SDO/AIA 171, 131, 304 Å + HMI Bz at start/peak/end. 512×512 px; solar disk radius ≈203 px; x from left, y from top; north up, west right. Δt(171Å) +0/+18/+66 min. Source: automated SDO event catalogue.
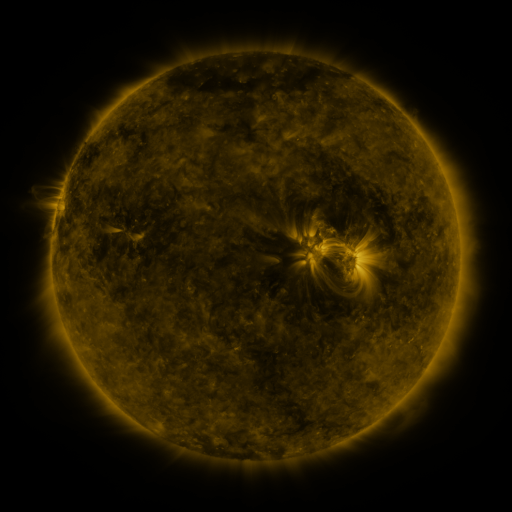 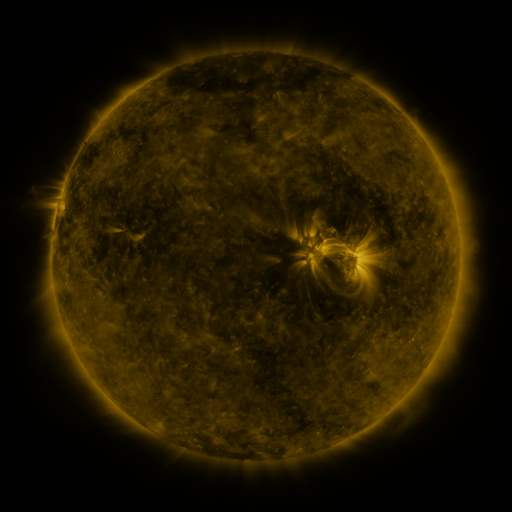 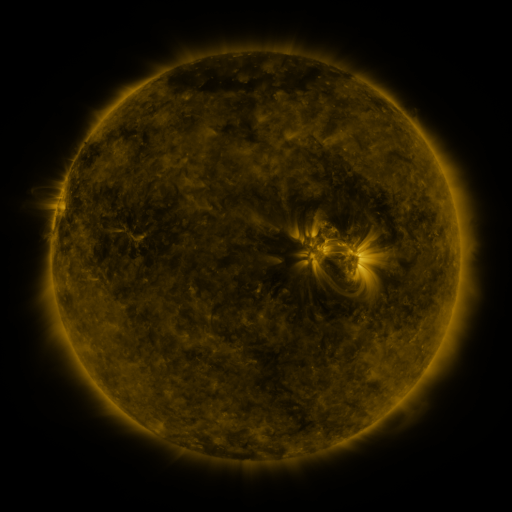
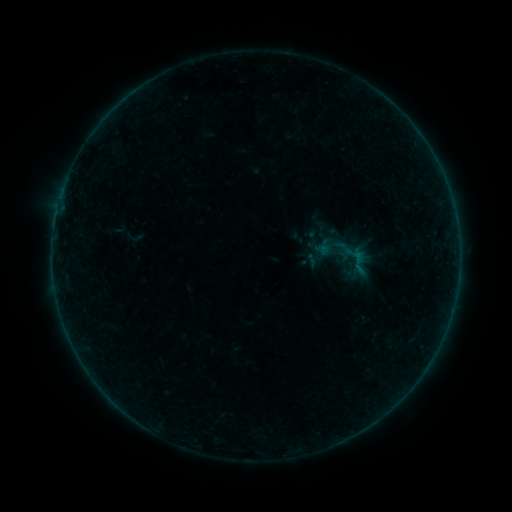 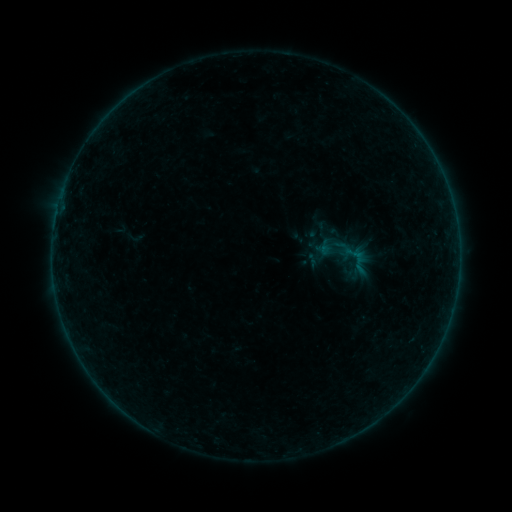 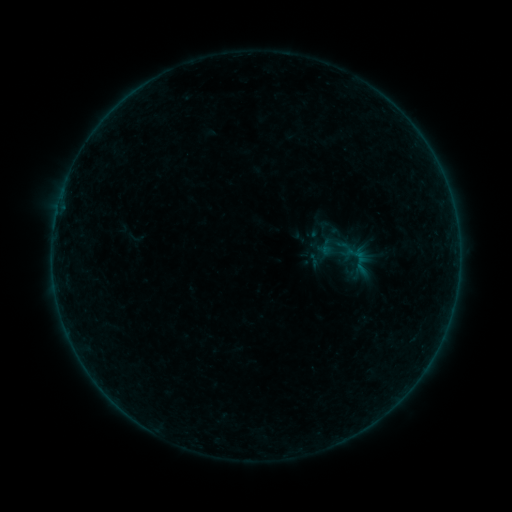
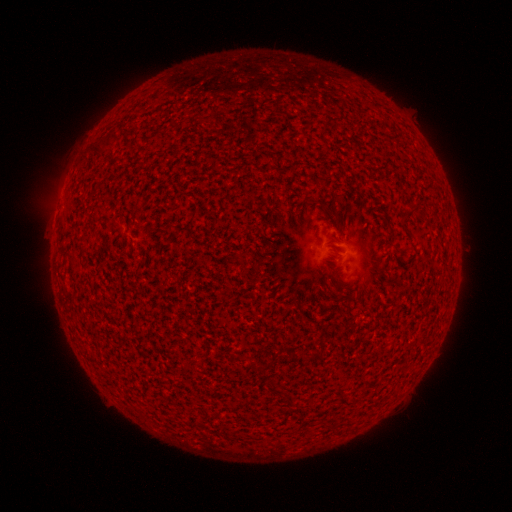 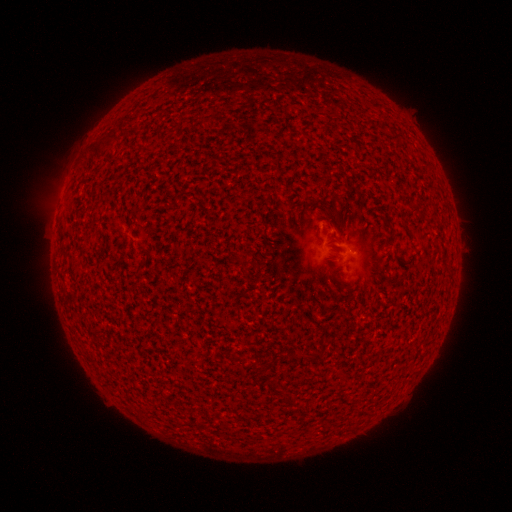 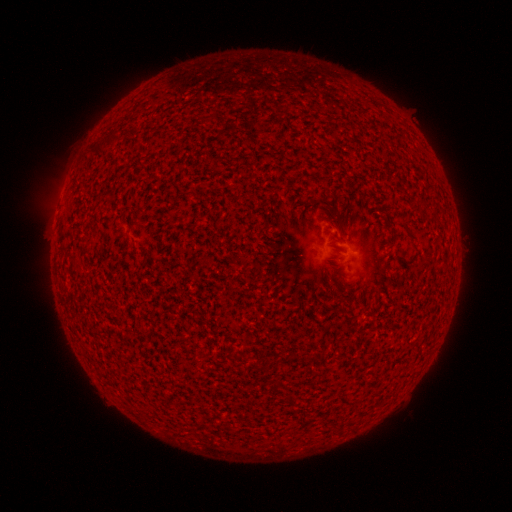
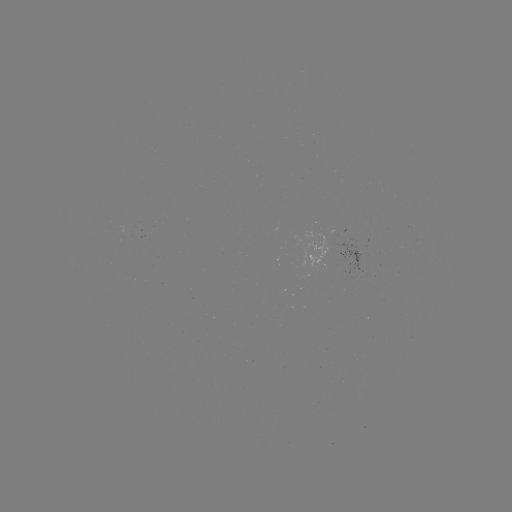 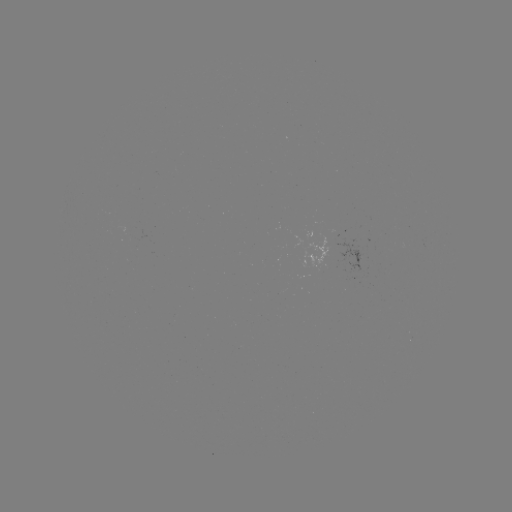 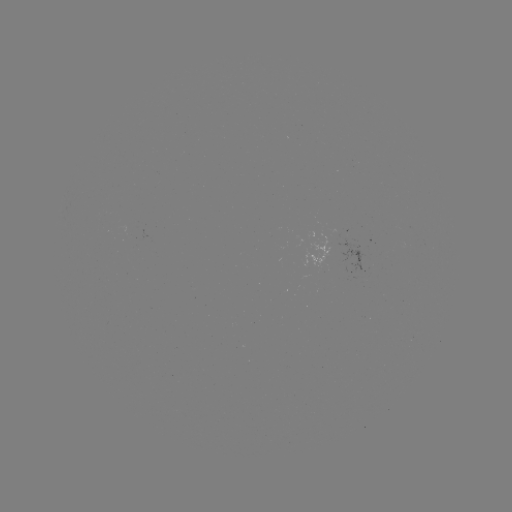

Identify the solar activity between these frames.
A6.2 flare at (330, 228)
